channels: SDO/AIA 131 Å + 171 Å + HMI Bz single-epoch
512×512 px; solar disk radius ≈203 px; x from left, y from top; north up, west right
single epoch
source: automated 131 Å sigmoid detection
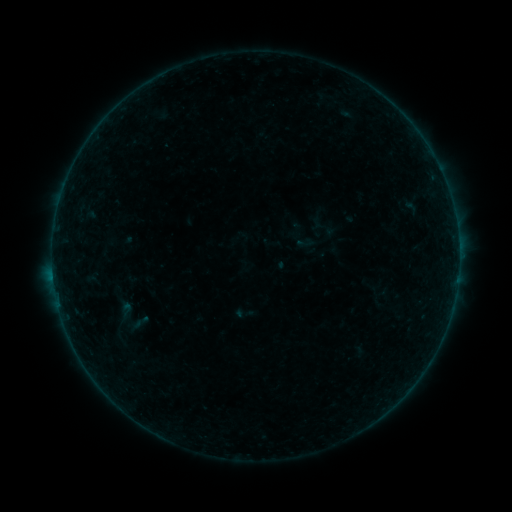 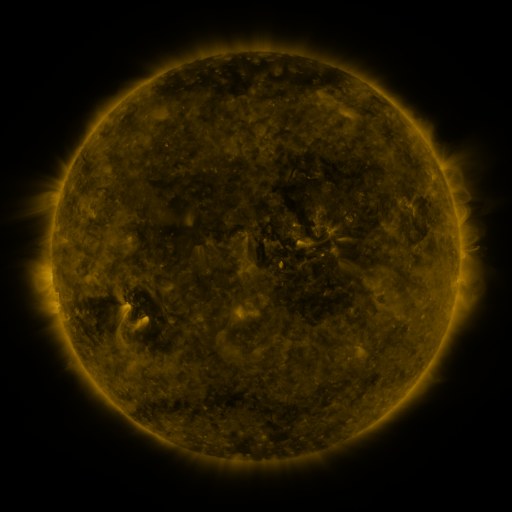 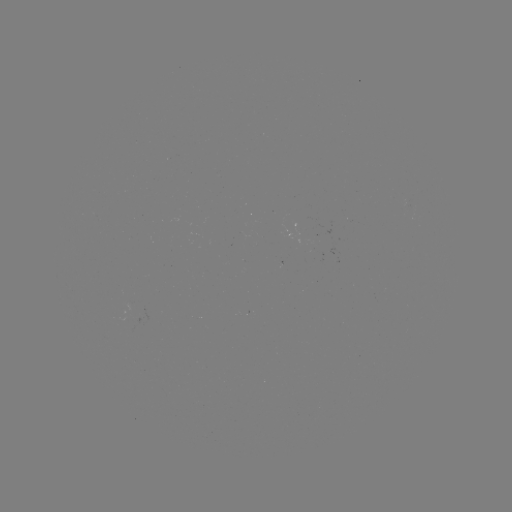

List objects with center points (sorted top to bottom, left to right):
sigmoid: (93, 294, 151, 341)
